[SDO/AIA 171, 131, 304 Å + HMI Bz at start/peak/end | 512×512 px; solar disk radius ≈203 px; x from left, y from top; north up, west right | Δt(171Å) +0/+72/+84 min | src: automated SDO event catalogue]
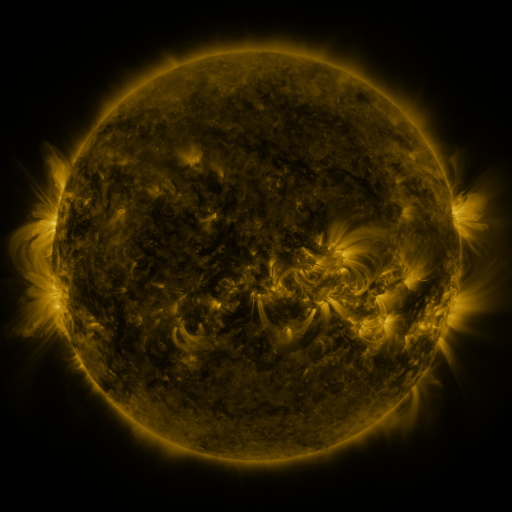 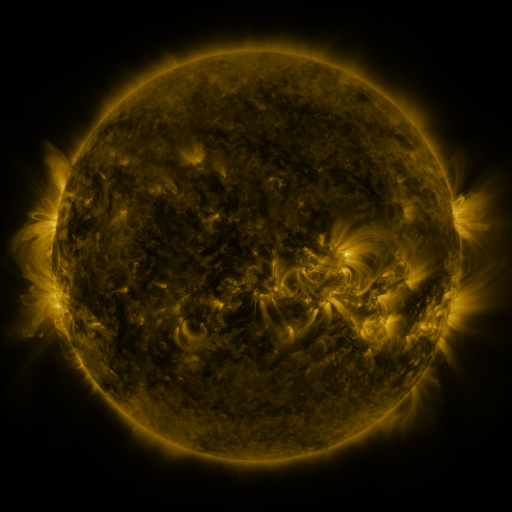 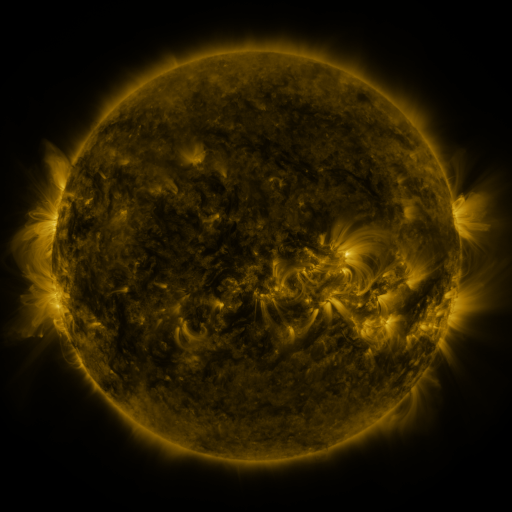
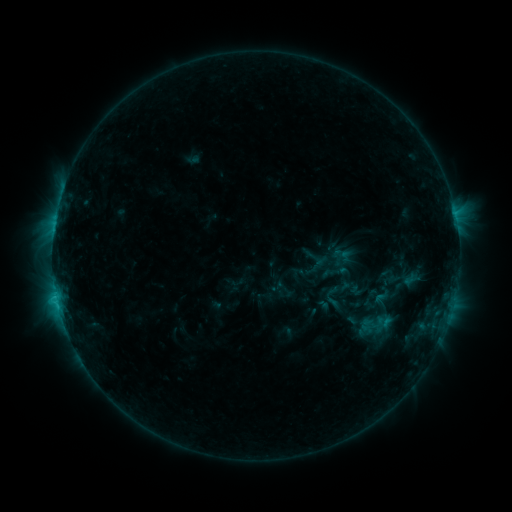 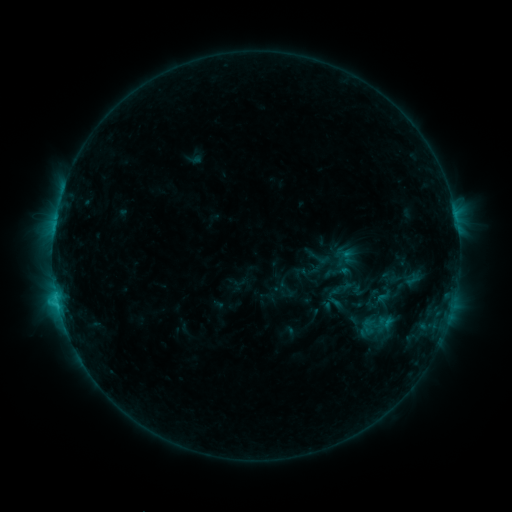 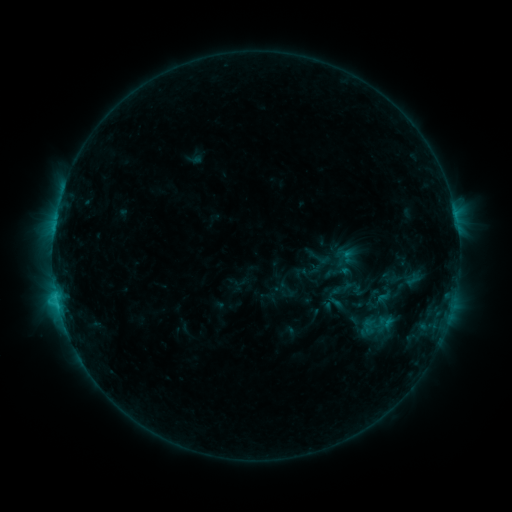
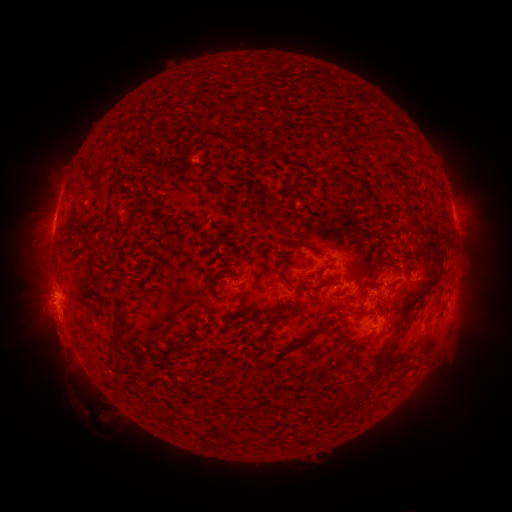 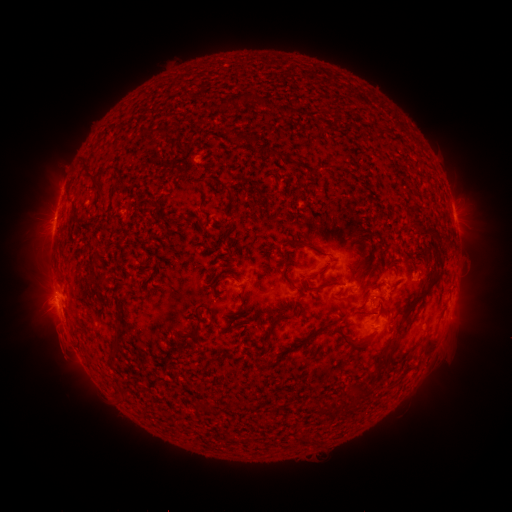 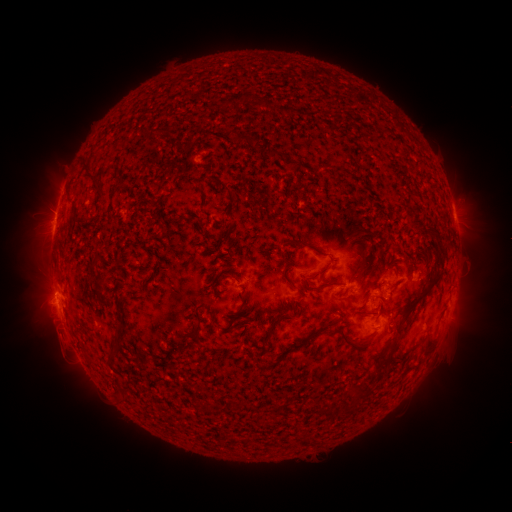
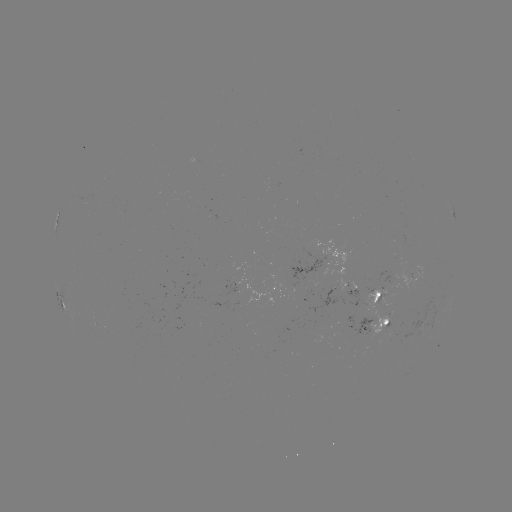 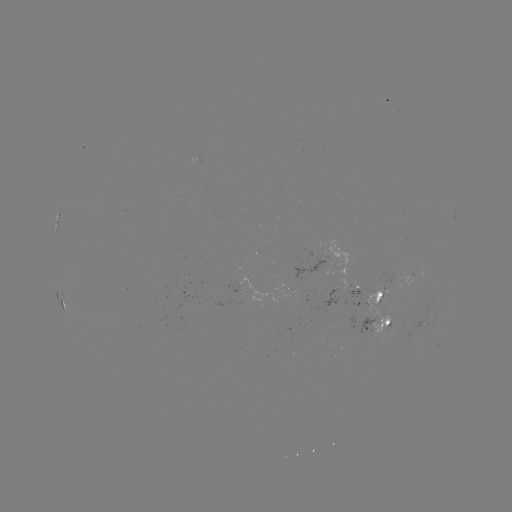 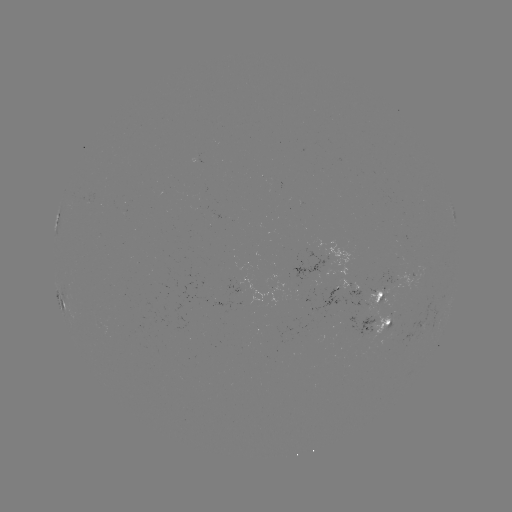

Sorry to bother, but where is emerging-flux region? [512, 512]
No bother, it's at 382,288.